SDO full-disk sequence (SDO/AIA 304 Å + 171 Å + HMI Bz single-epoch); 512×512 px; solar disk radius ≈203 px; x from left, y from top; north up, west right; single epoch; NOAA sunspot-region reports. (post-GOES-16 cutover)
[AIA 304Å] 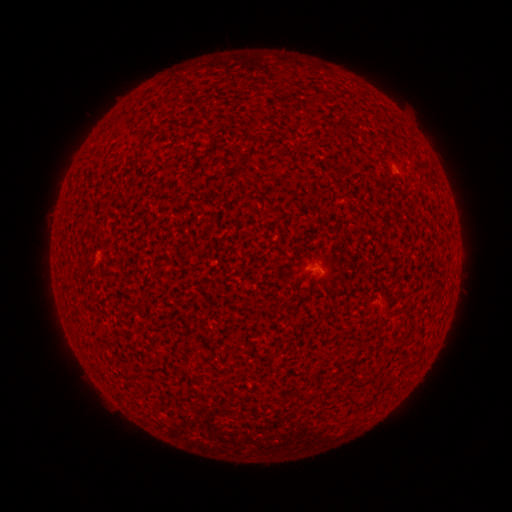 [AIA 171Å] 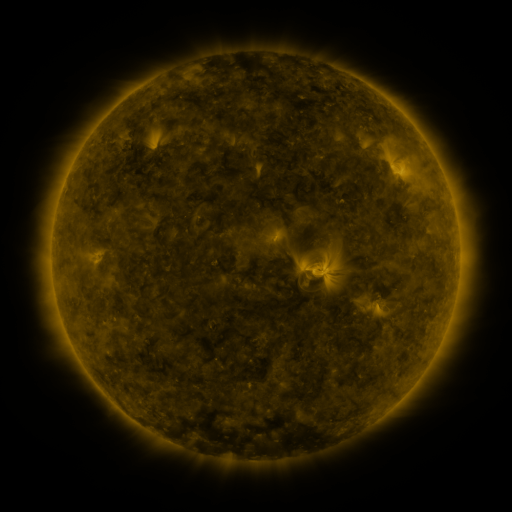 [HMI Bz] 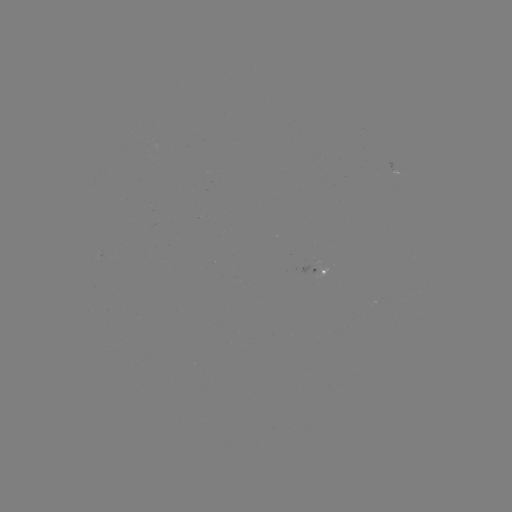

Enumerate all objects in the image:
spotted active region: (394, 164)
spotted active region: (315, 262)
